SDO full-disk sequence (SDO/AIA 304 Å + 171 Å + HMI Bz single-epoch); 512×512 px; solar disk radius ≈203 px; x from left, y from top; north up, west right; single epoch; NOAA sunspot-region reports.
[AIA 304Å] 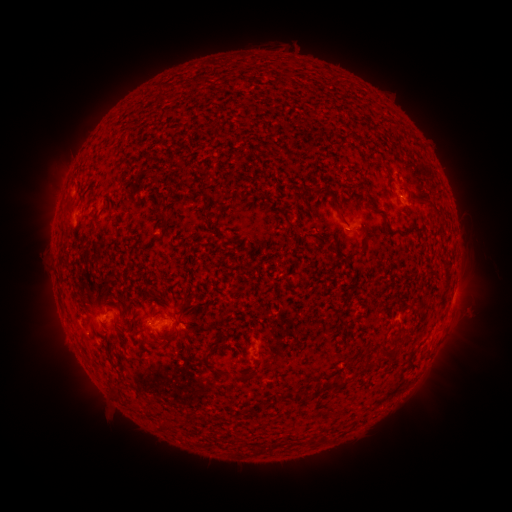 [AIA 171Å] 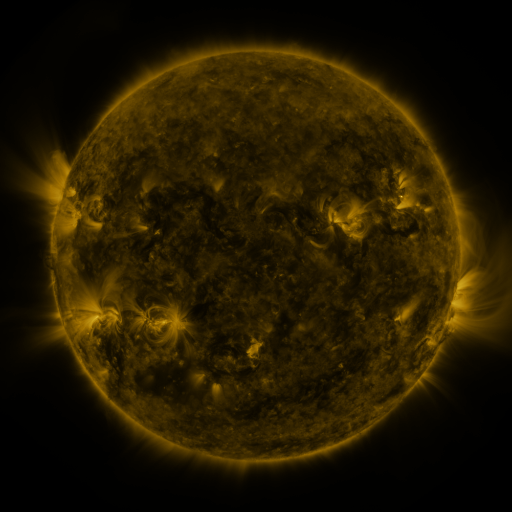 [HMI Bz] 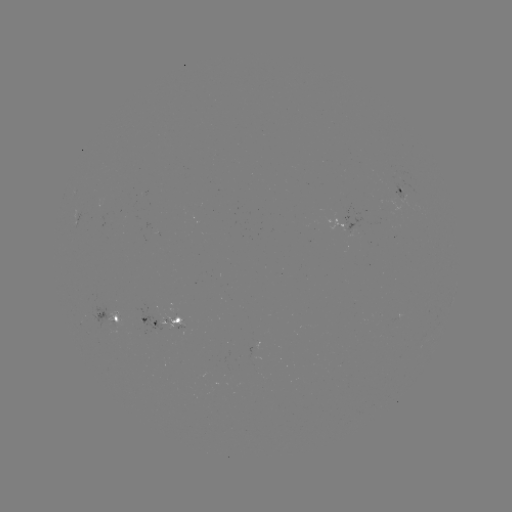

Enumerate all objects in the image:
spotted active region: (401, 191)
spotted active region: (113, 318)
spotted active region: (165, 320)
